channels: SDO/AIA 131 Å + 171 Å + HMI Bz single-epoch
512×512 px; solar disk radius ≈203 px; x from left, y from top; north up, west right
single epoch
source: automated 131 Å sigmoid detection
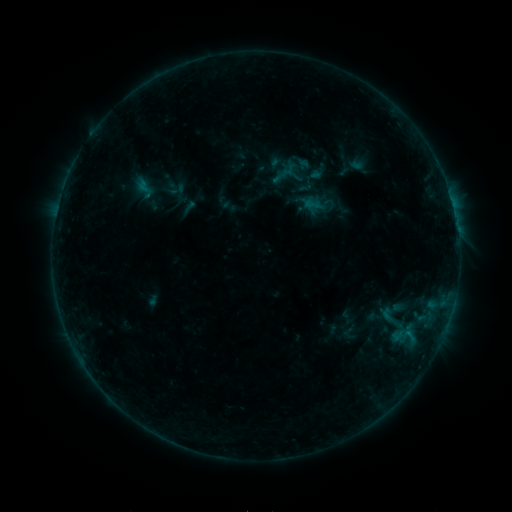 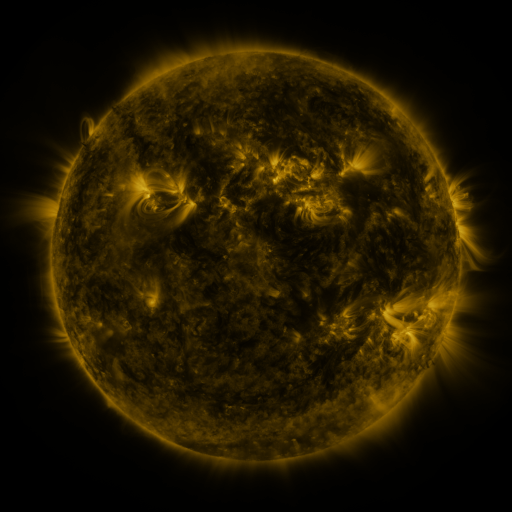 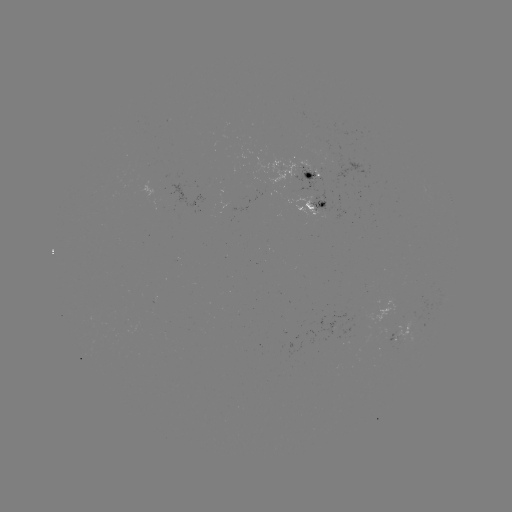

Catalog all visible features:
sigmoid: [379, 305, 396, 325]
